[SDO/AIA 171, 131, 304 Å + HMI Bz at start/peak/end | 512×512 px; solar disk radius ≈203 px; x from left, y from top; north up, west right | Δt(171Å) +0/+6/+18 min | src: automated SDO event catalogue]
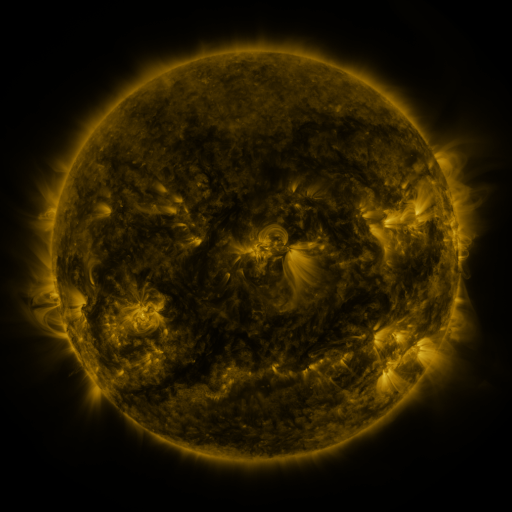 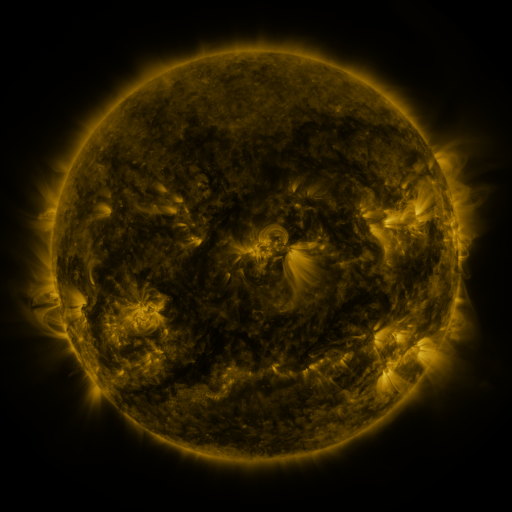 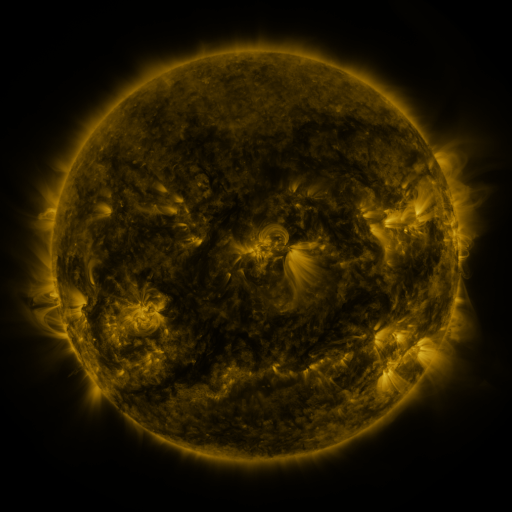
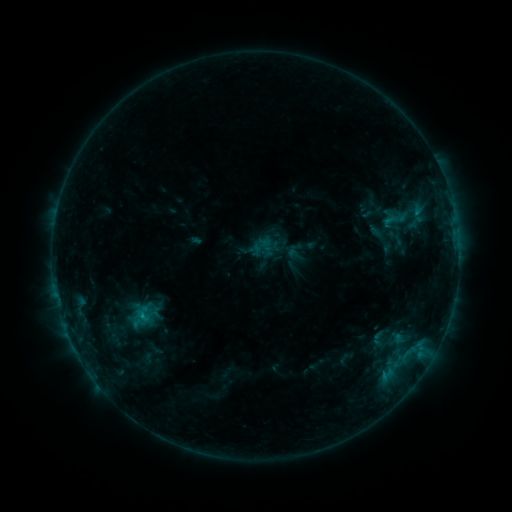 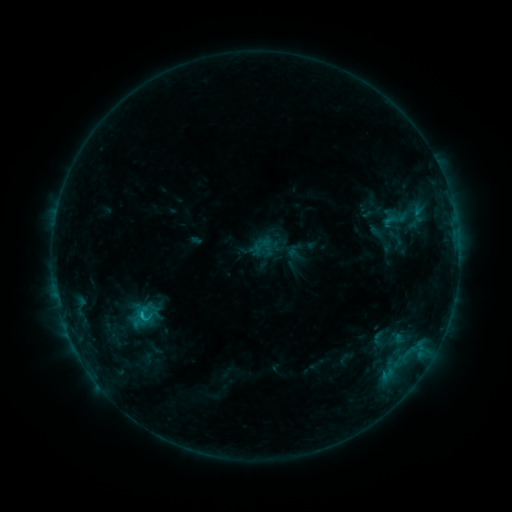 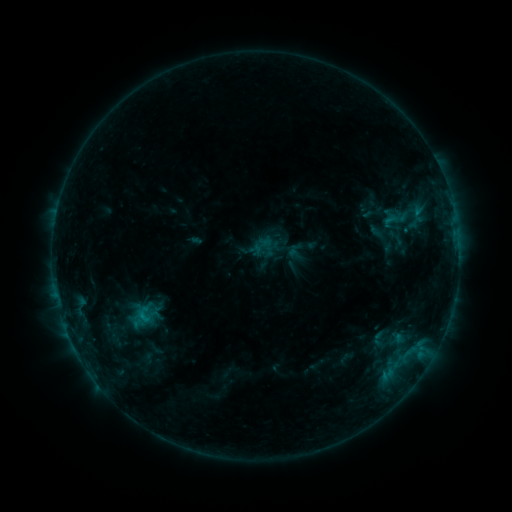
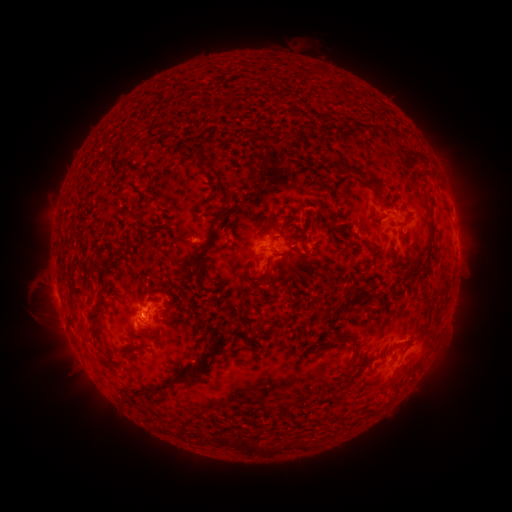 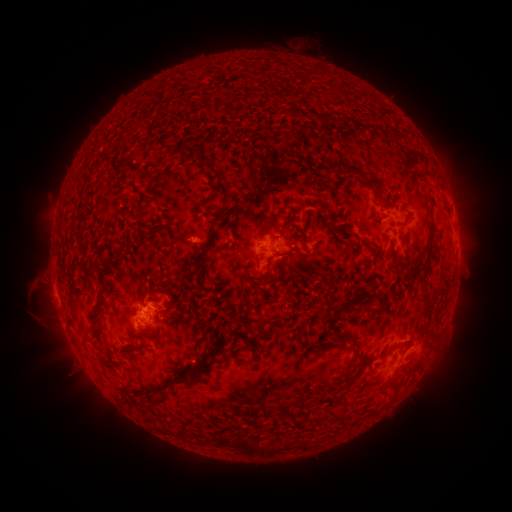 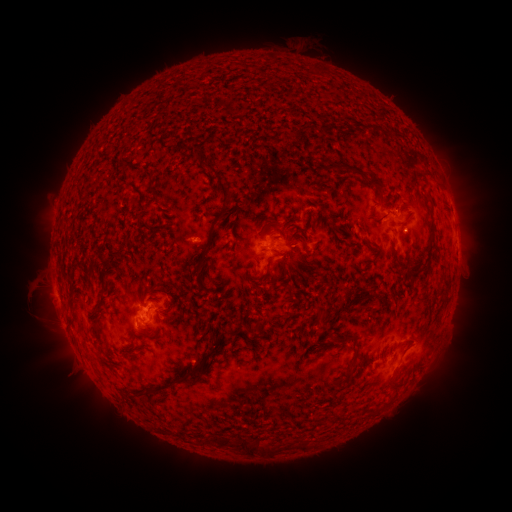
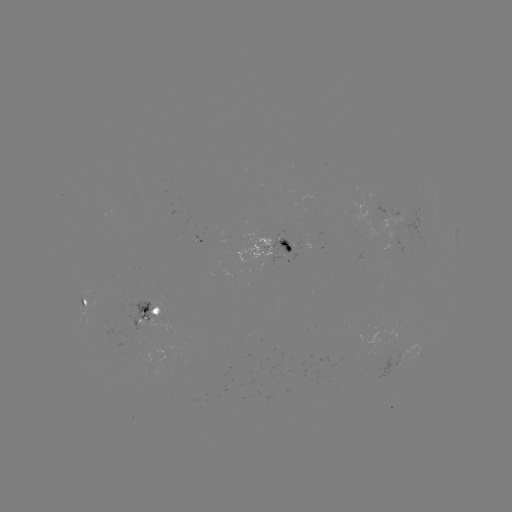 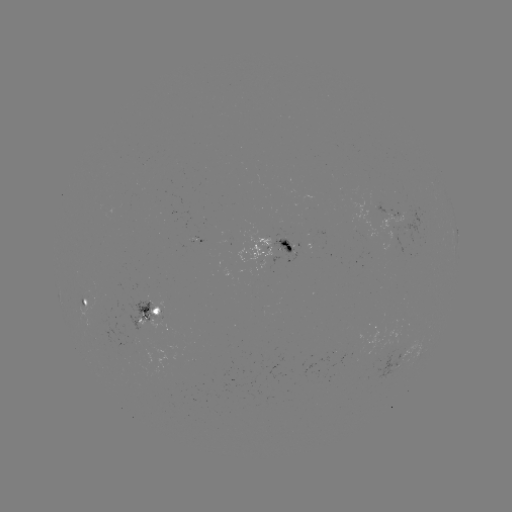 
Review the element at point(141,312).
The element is B7.2 flare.